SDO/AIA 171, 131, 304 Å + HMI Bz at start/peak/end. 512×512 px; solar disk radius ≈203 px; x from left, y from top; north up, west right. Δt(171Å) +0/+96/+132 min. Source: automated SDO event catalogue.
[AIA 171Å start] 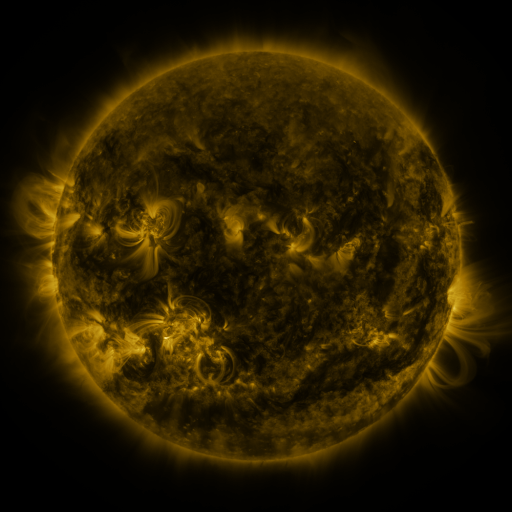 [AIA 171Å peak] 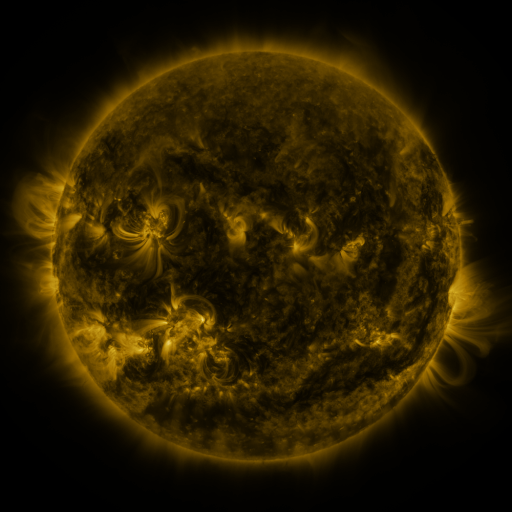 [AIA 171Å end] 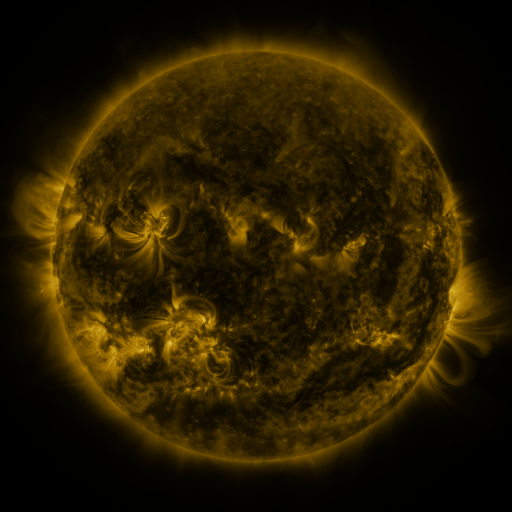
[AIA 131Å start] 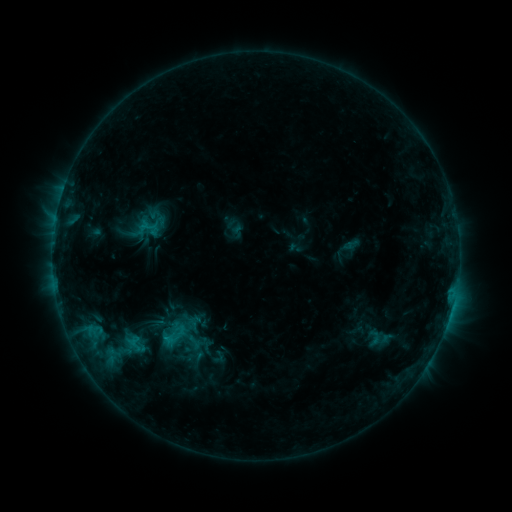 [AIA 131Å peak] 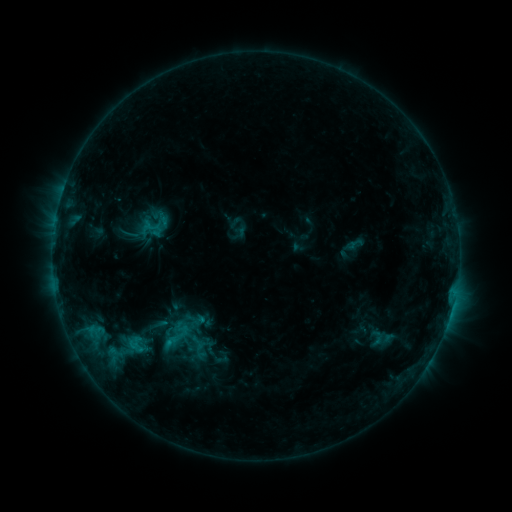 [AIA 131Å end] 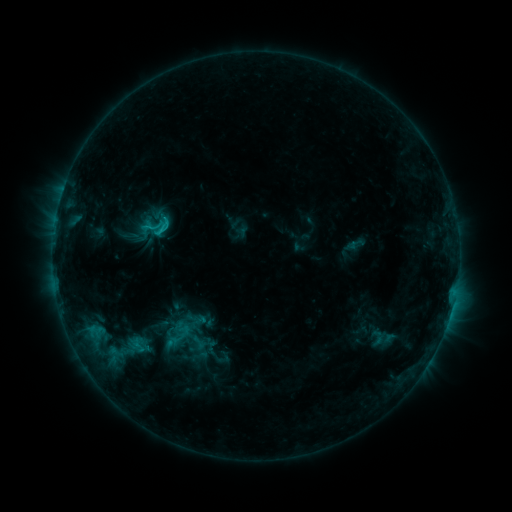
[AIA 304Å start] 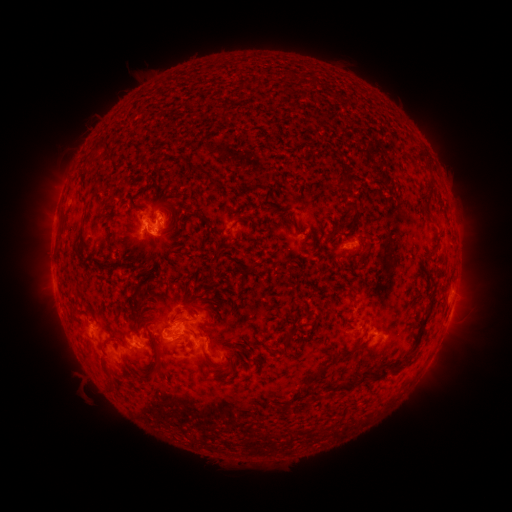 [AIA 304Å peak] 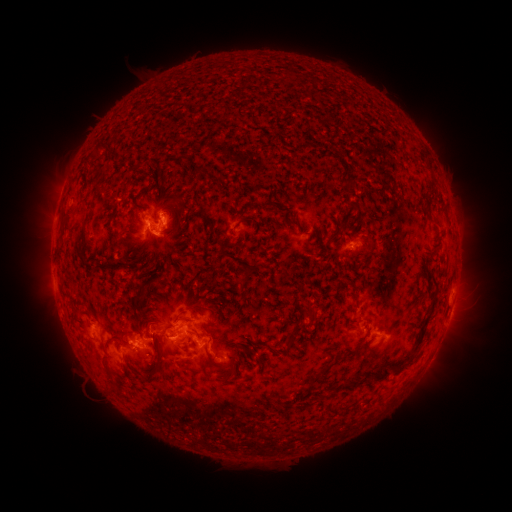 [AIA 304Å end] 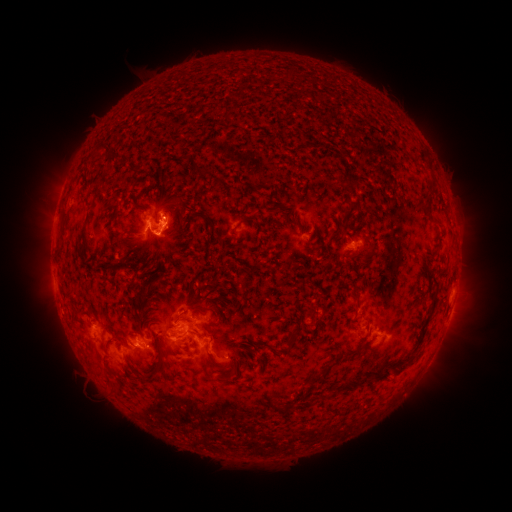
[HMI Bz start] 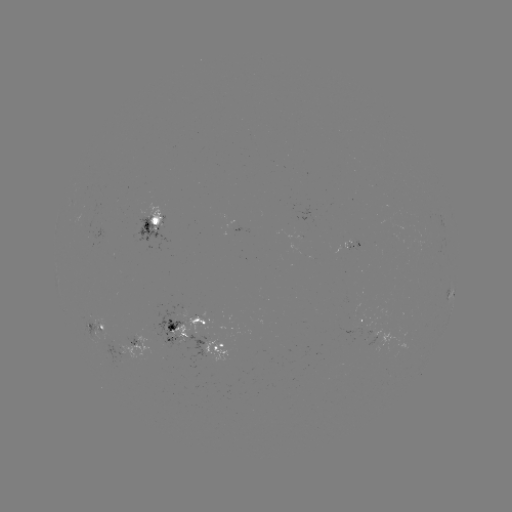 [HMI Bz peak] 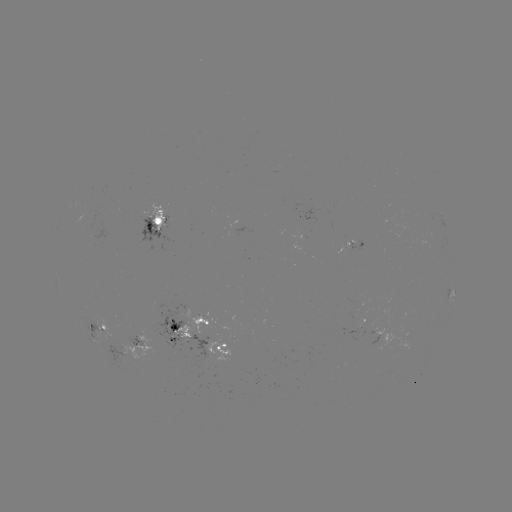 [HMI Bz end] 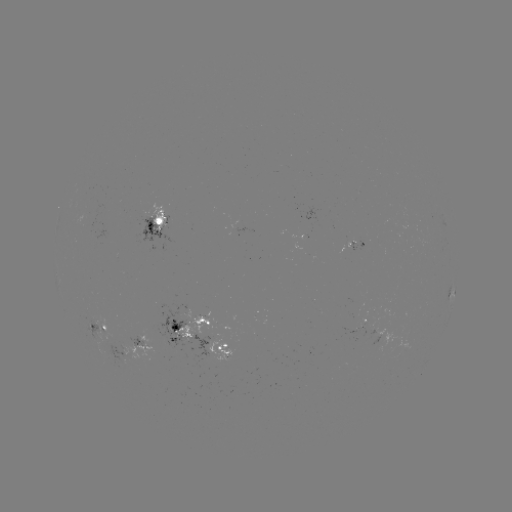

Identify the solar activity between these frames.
emerging-flux region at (385, 338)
